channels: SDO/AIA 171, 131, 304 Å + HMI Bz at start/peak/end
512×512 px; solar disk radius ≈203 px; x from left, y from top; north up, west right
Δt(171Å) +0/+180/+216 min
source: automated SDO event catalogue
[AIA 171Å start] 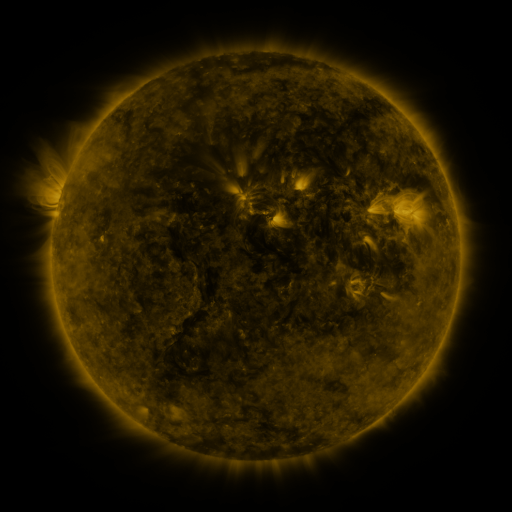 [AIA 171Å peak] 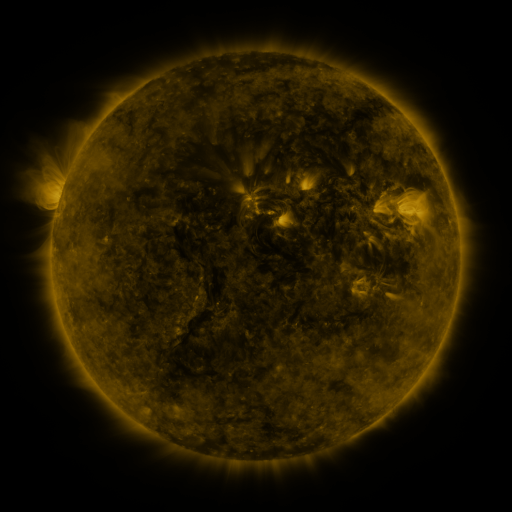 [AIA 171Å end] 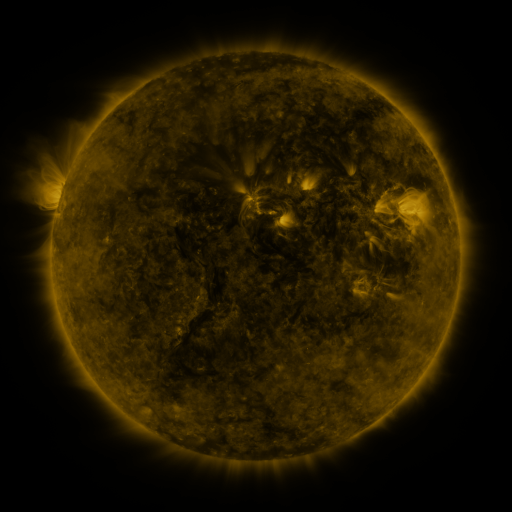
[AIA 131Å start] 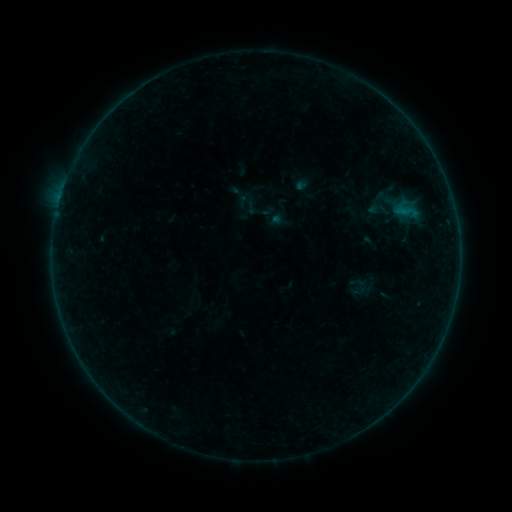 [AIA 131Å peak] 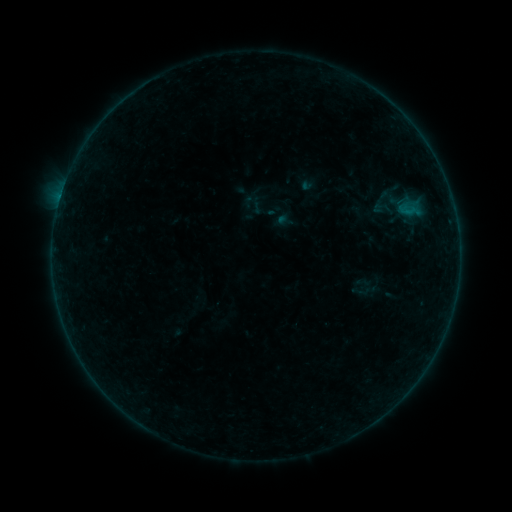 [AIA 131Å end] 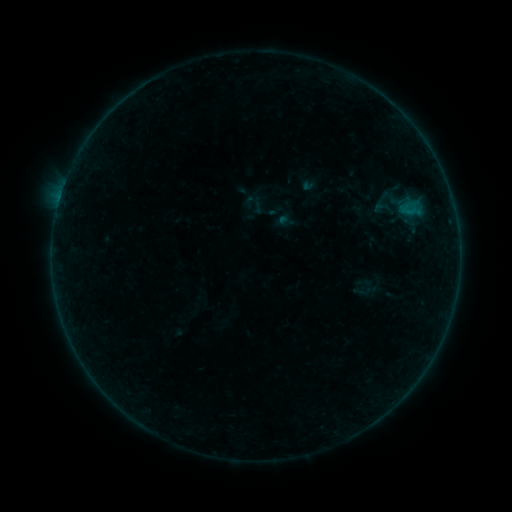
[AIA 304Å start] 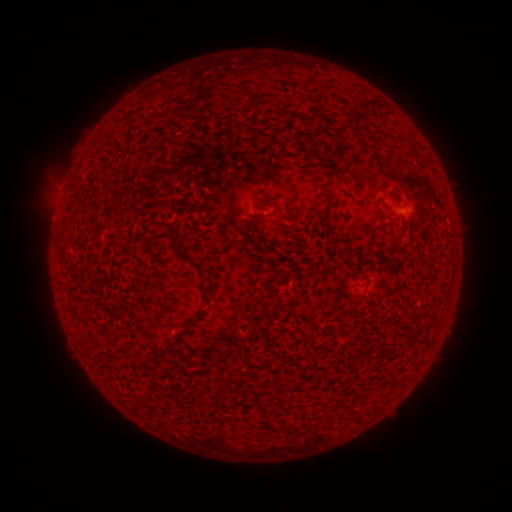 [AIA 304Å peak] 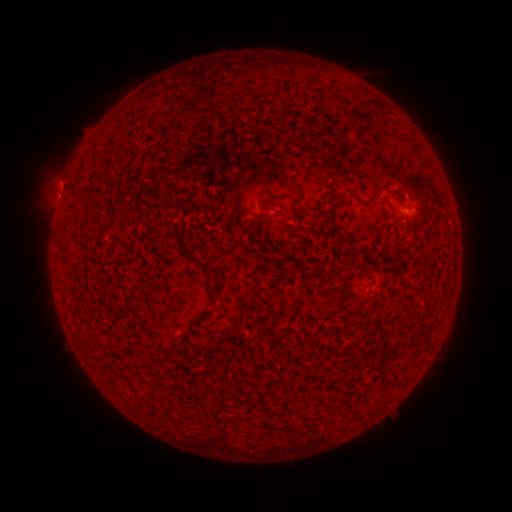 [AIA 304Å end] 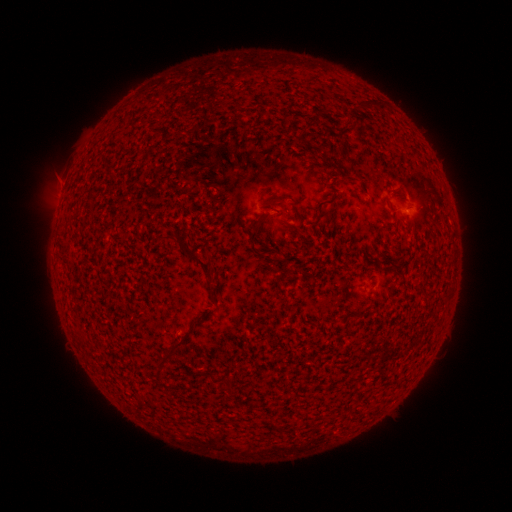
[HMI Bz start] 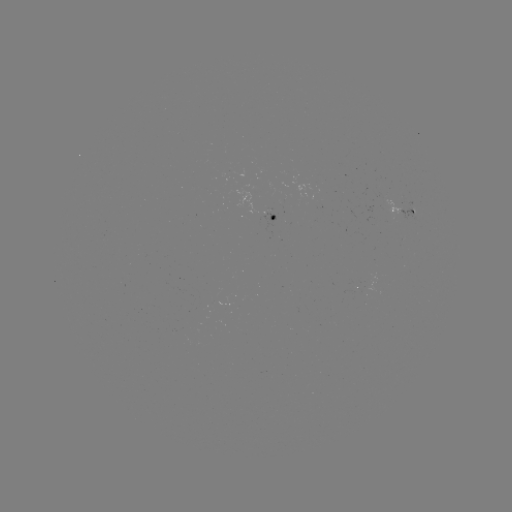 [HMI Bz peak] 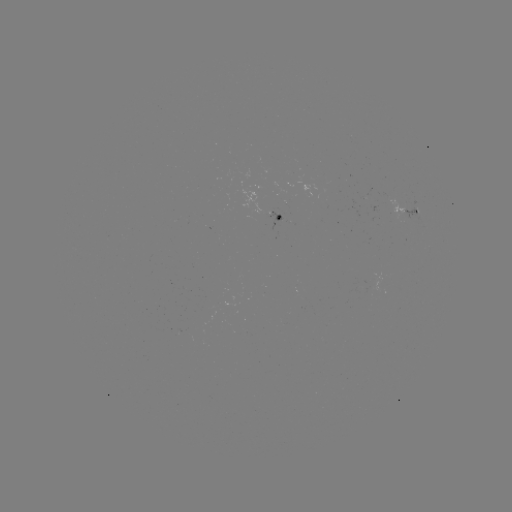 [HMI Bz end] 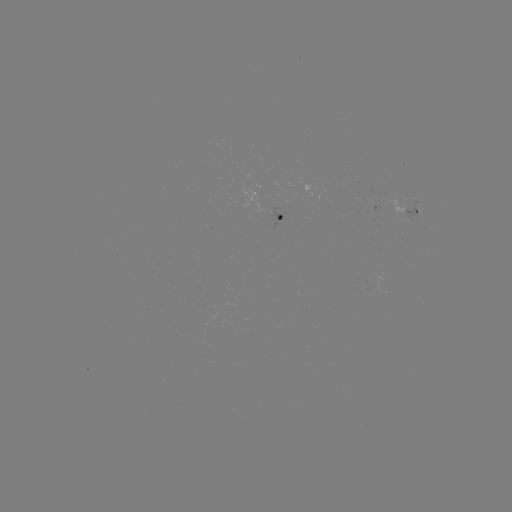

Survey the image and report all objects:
emerging-flux region: (273, 209)
